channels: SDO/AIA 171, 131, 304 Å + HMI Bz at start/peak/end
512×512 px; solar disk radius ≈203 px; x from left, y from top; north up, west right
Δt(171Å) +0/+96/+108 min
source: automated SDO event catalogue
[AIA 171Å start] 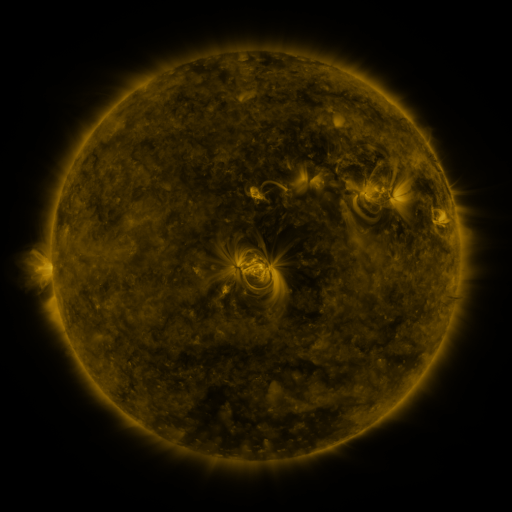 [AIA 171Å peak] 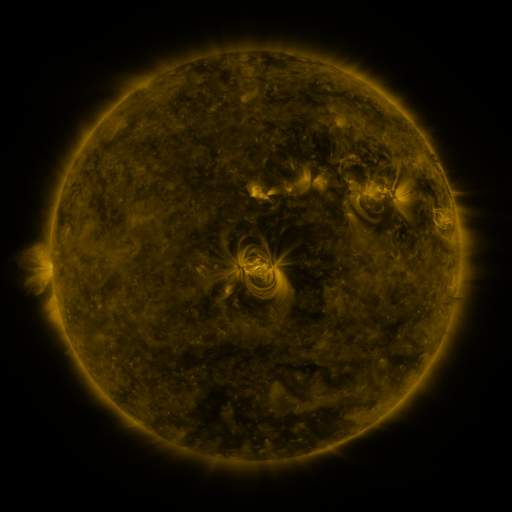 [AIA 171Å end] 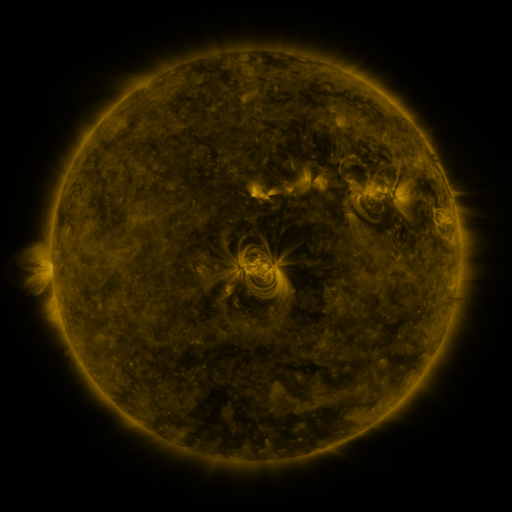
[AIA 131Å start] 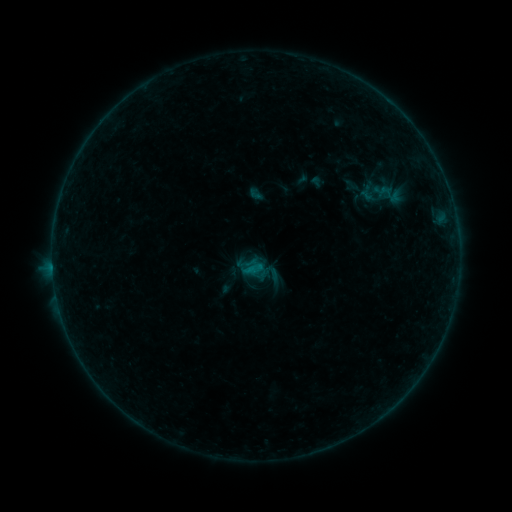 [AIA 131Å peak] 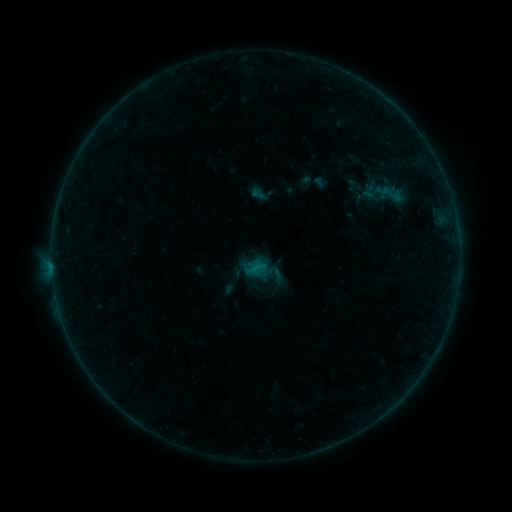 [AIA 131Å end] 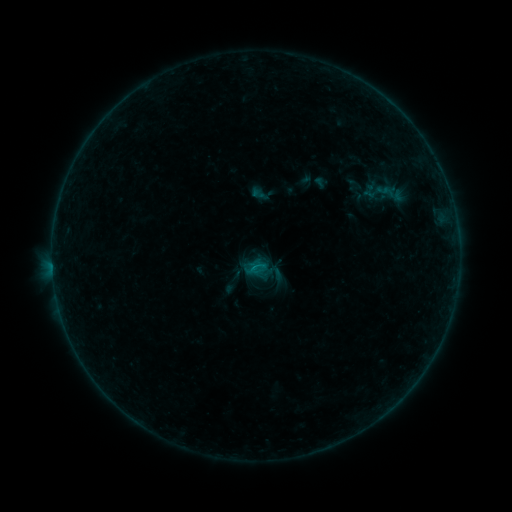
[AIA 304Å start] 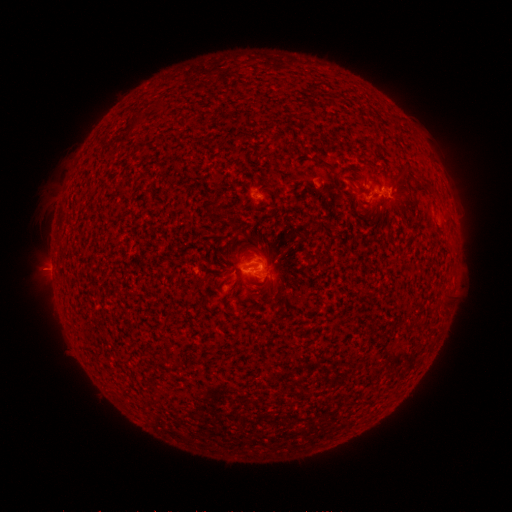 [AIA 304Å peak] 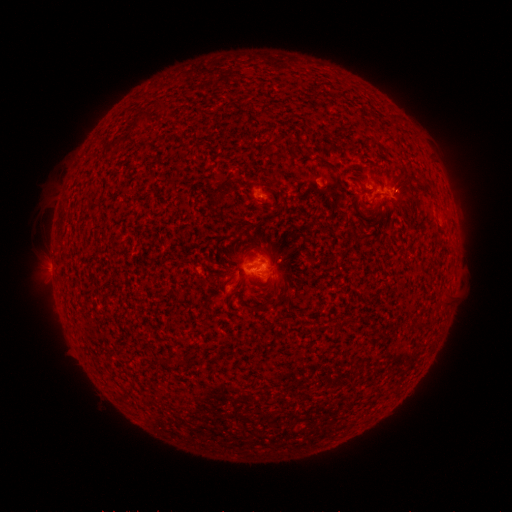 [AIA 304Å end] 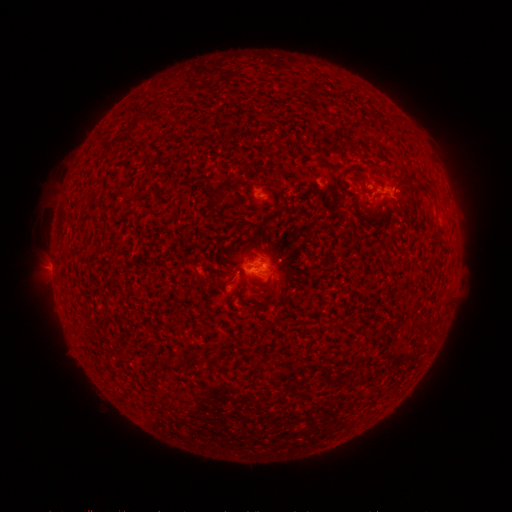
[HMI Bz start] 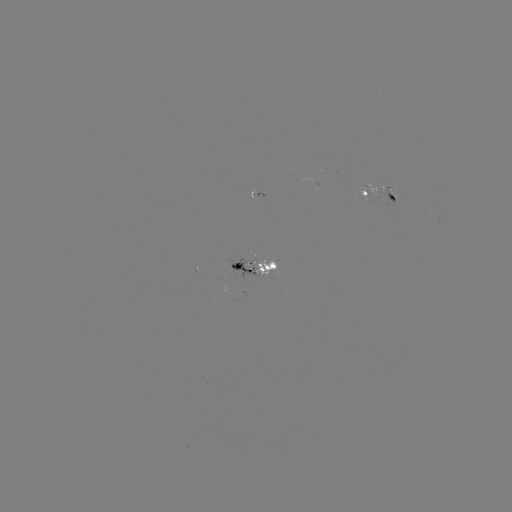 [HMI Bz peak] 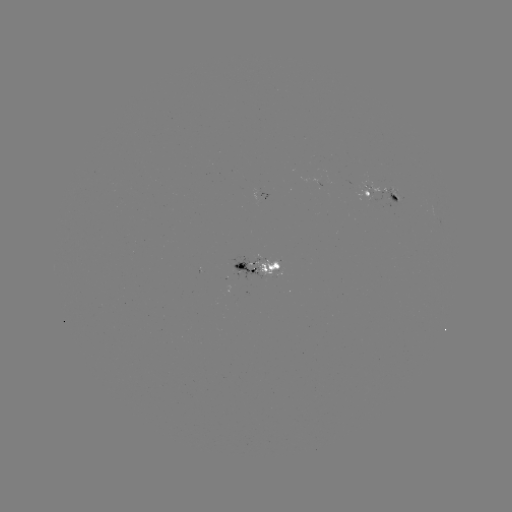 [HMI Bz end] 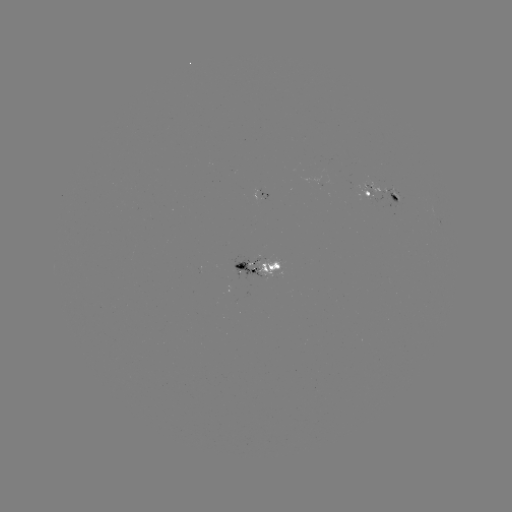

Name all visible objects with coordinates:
emerging-flux region: (389, 192)
